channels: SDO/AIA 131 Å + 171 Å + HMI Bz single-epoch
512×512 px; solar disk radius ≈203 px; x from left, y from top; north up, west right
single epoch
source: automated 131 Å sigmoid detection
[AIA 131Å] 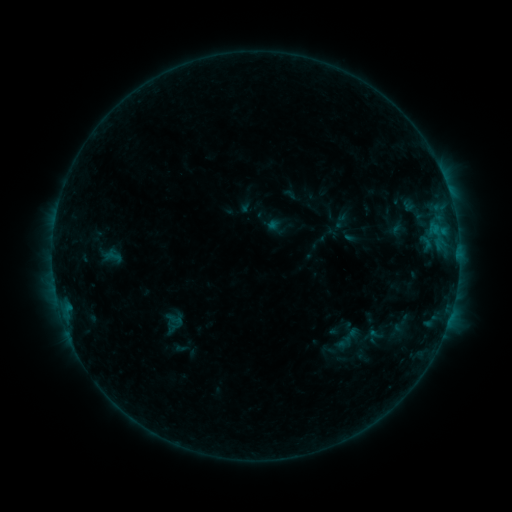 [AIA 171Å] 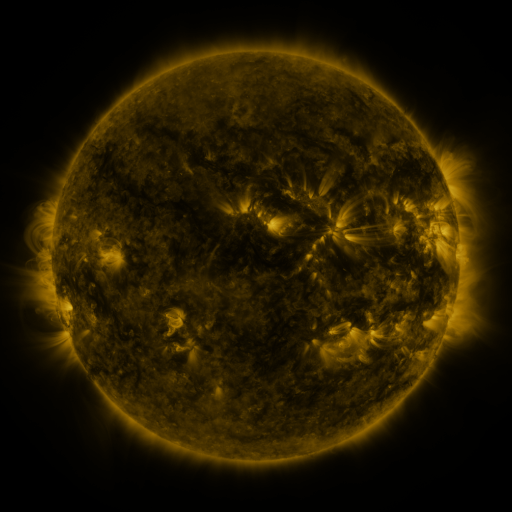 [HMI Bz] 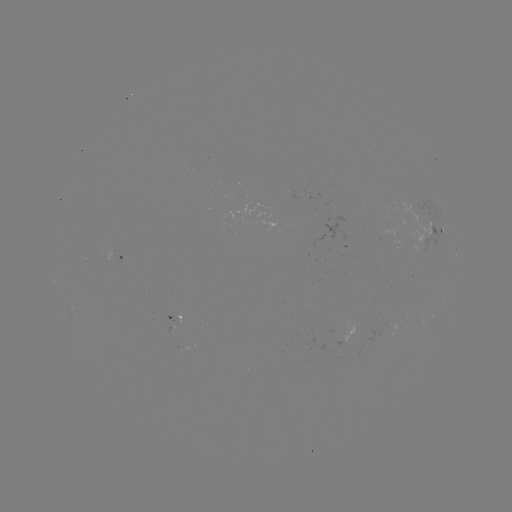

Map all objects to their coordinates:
sigmoid: <bbox>166, 311, 185, 329</bbox>
sigmoid: <bbox>339, 325, 361, 346</bbox>
